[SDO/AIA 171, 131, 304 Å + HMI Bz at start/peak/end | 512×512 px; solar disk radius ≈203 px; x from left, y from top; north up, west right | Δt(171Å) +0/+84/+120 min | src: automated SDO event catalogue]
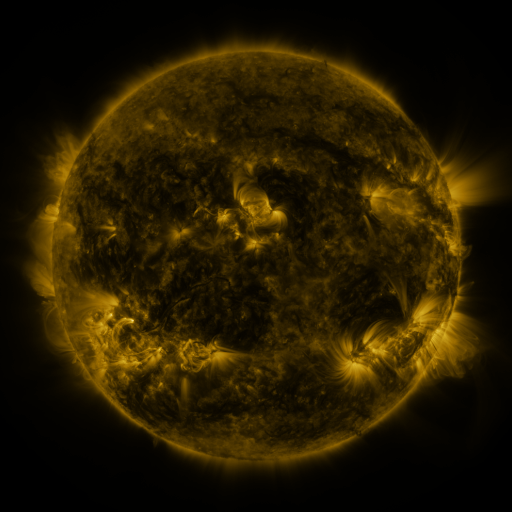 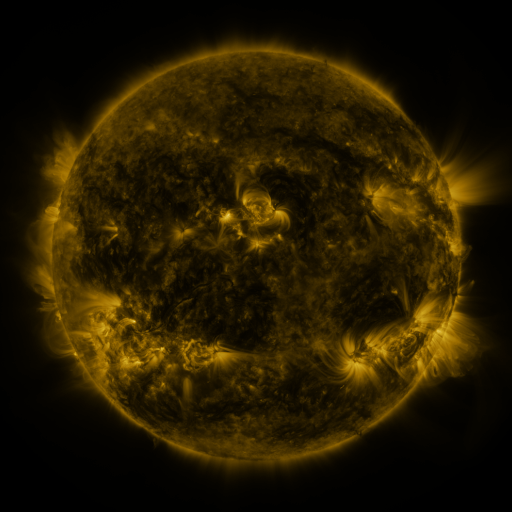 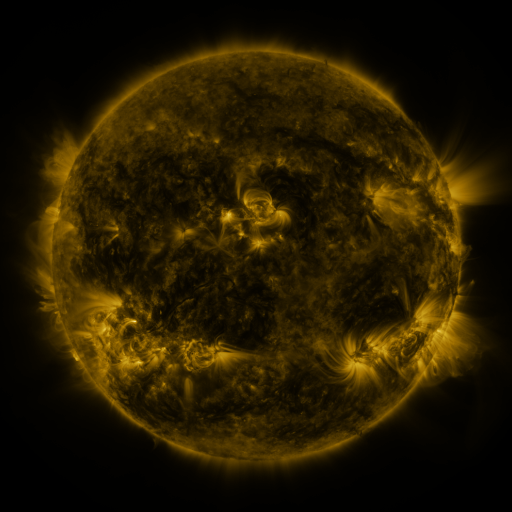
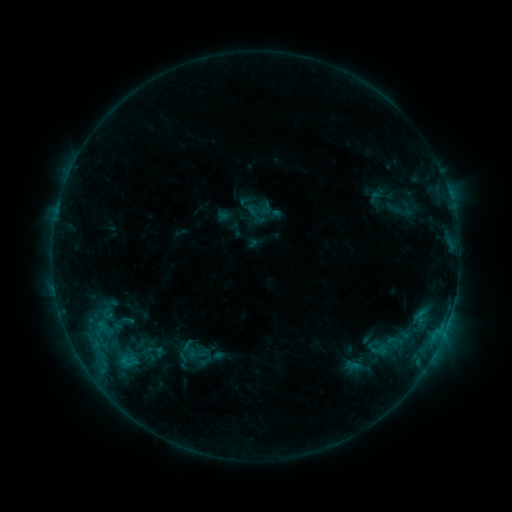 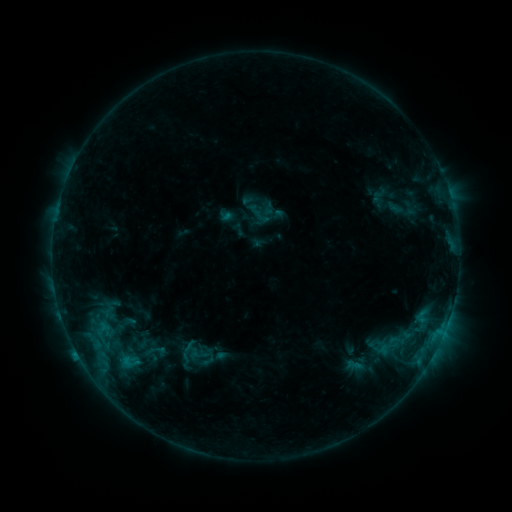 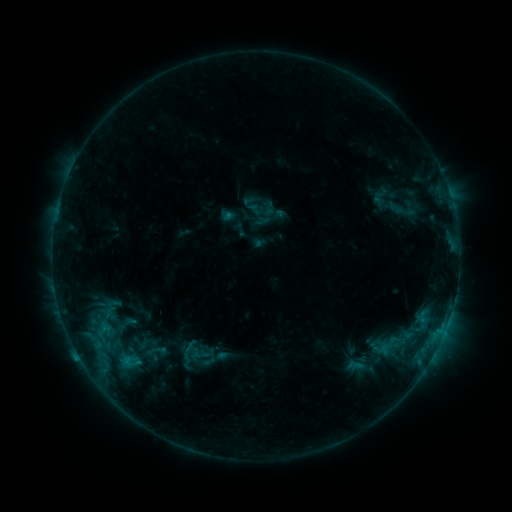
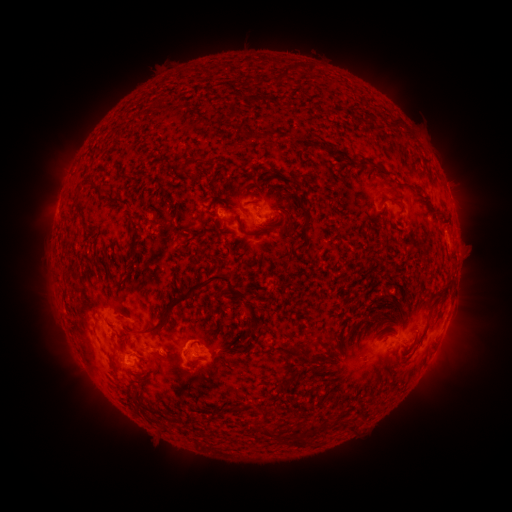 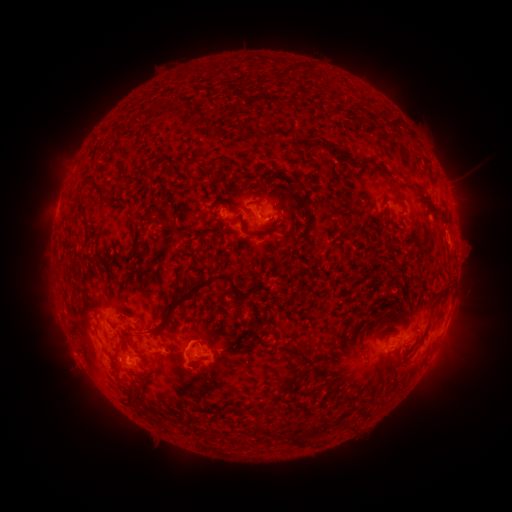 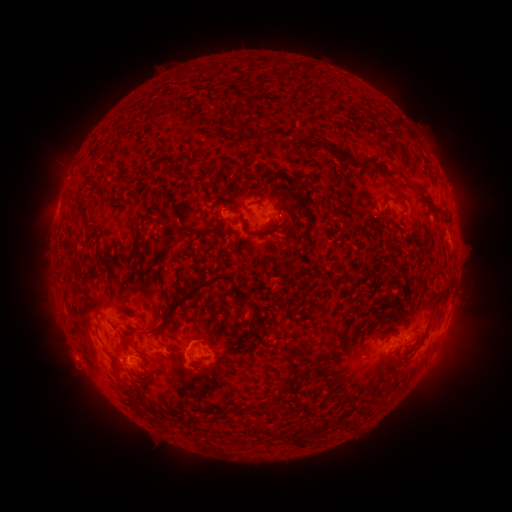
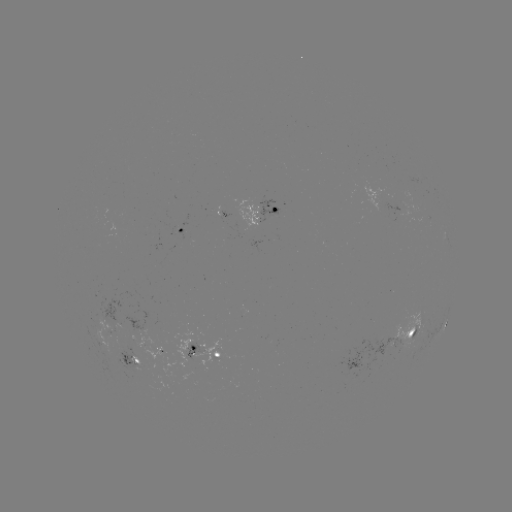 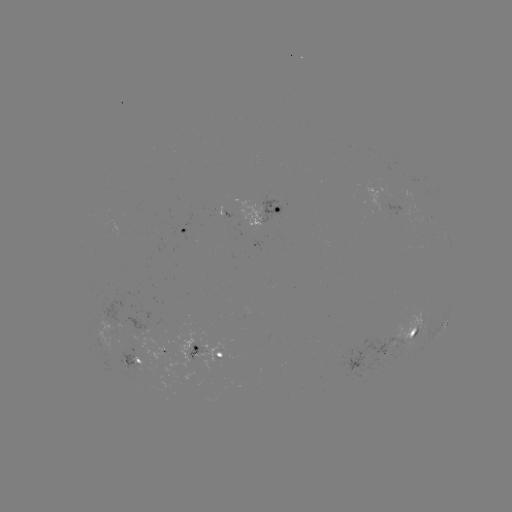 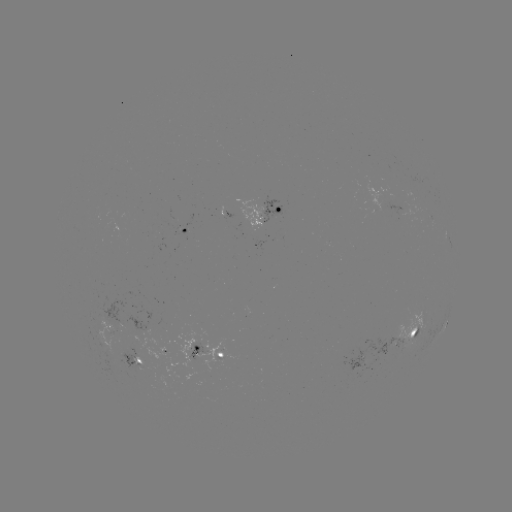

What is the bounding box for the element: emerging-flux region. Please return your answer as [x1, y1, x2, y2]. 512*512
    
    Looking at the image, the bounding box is [106, 342, 150, 376].